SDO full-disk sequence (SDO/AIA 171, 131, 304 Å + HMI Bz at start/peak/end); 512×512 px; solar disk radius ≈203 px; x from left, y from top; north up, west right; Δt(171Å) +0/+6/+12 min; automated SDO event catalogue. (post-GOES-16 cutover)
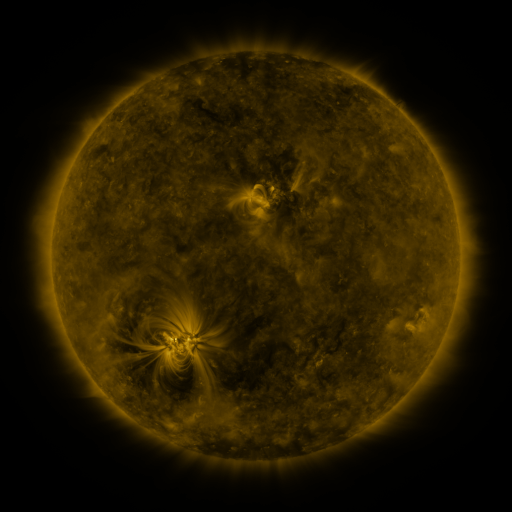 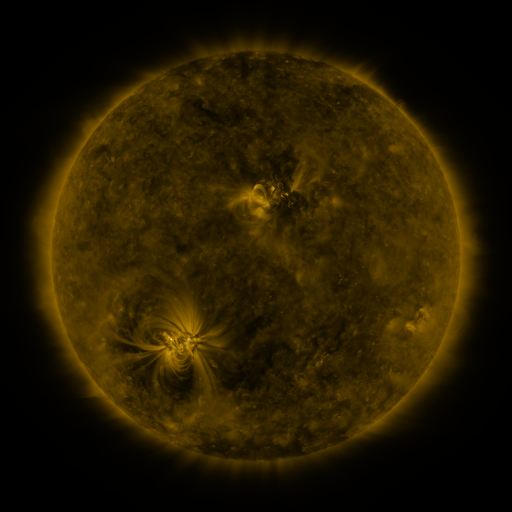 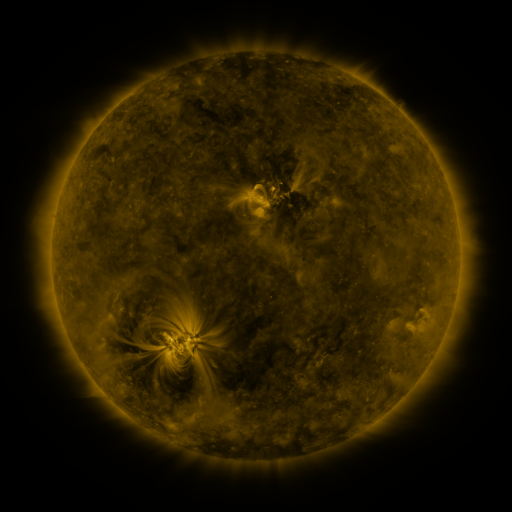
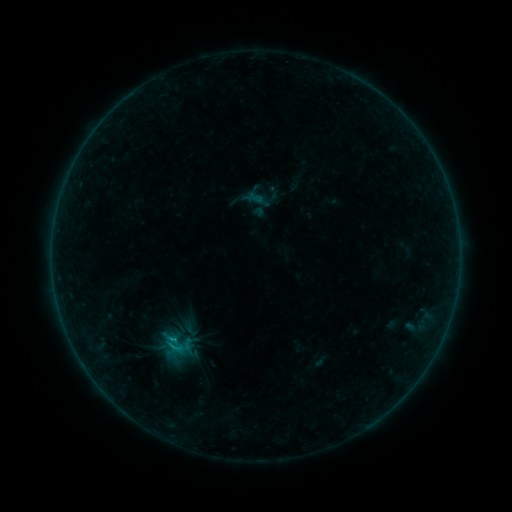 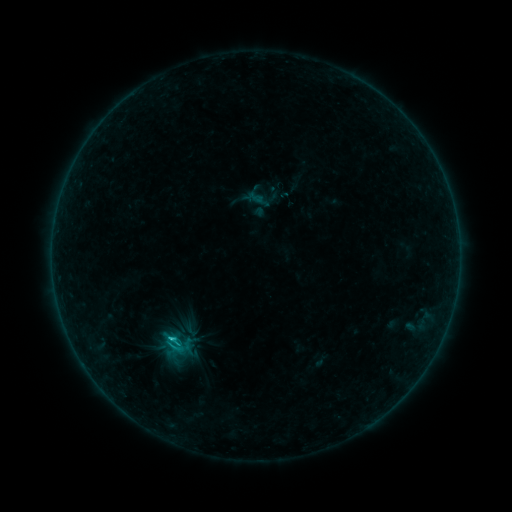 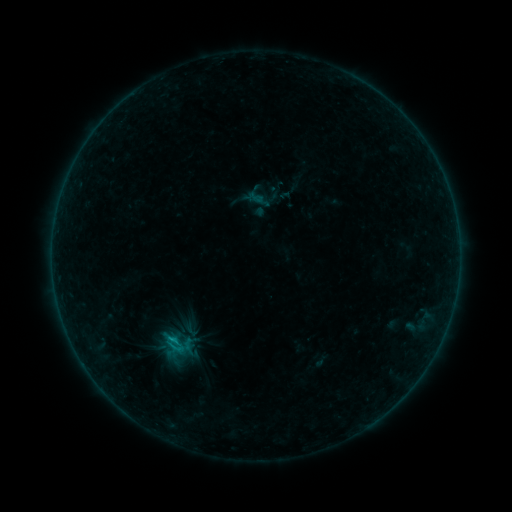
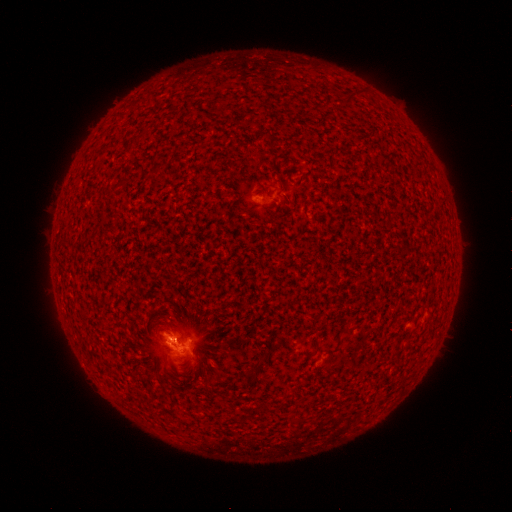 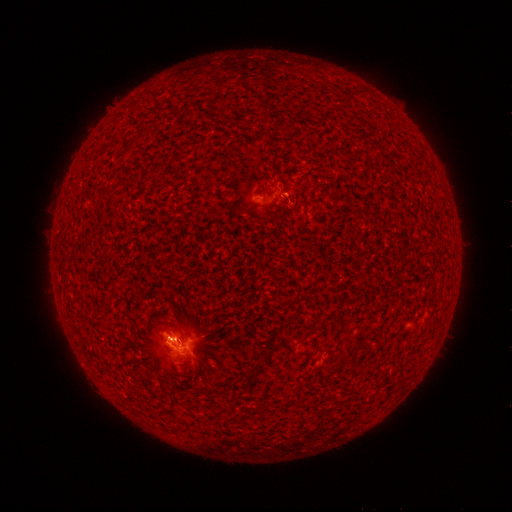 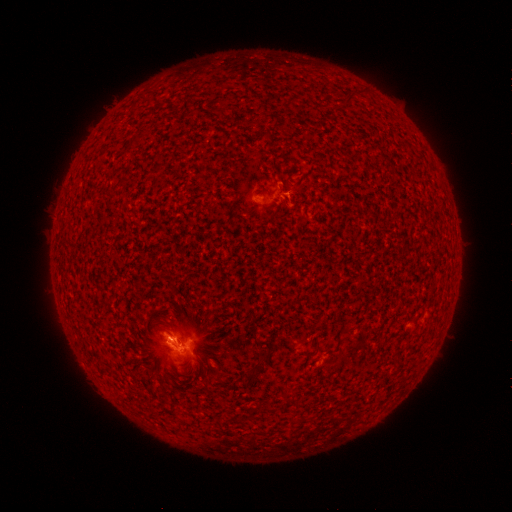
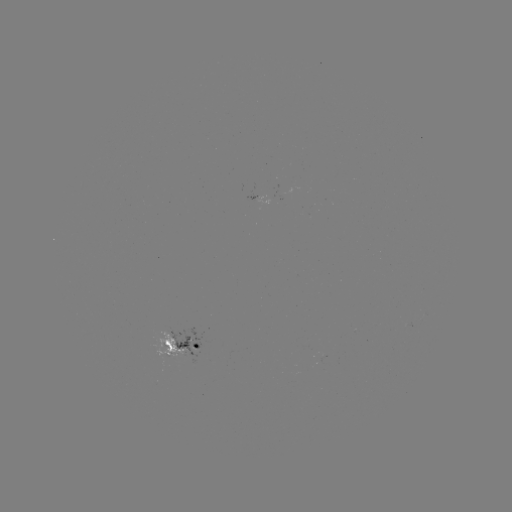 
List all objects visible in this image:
C1.2 flare: (171, 336)
